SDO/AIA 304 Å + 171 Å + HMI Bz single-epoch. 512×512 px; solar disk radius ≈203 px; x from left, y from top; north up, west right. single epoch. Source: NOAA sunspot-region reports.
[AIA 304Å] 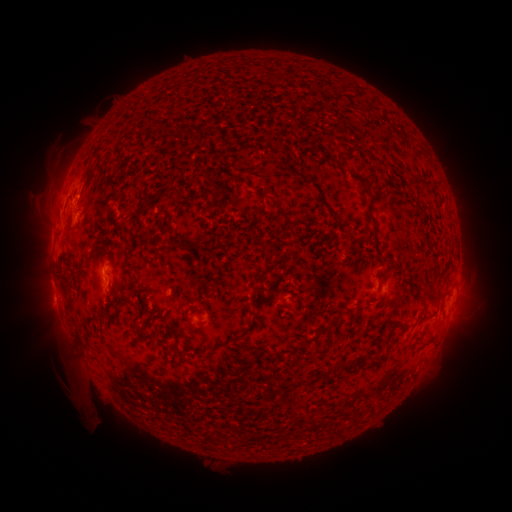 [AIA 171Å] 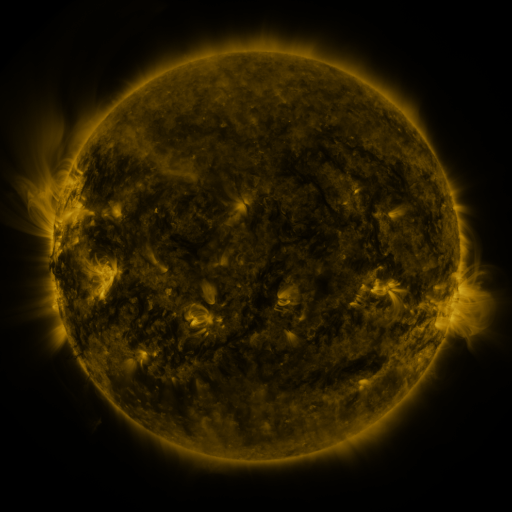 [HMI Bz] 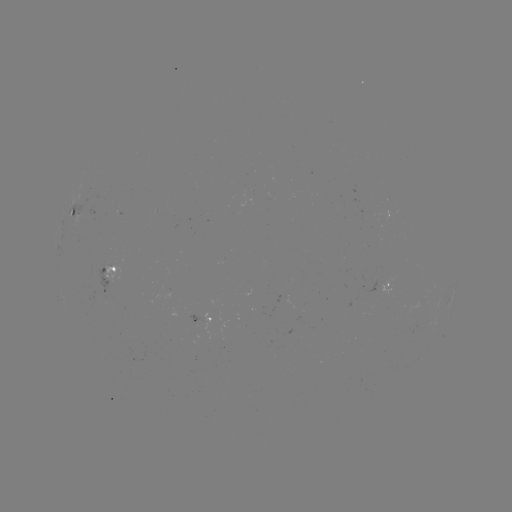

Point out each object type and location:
spotted active region: (78, 212)
spotted active region: (112, 275)
spotted active region: (388, 286)
spotted active region: (451, 297)
spotted active region: (206, 320)
